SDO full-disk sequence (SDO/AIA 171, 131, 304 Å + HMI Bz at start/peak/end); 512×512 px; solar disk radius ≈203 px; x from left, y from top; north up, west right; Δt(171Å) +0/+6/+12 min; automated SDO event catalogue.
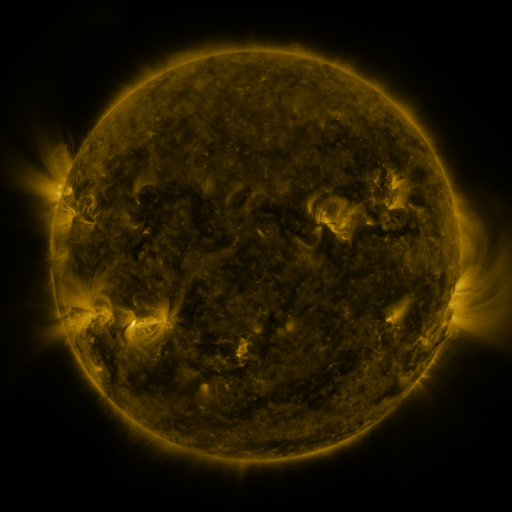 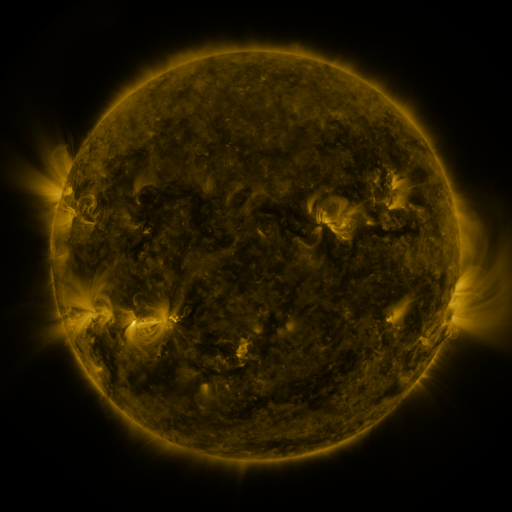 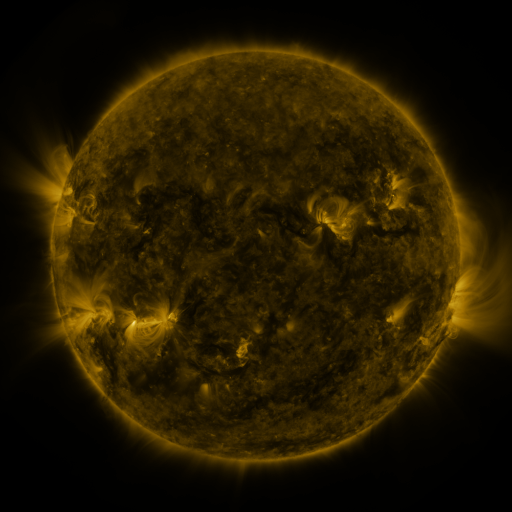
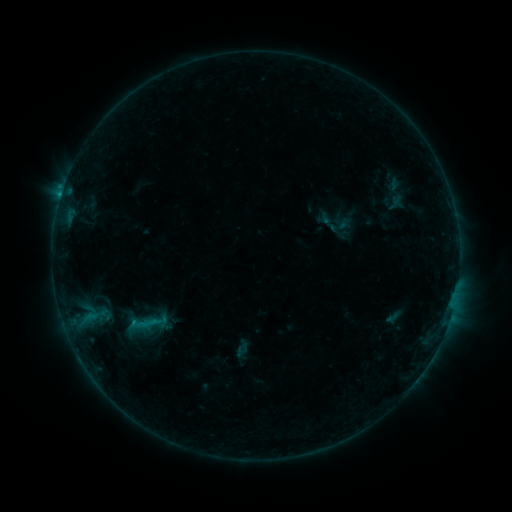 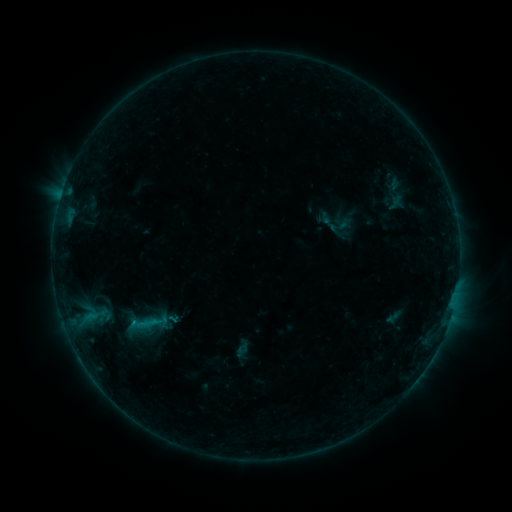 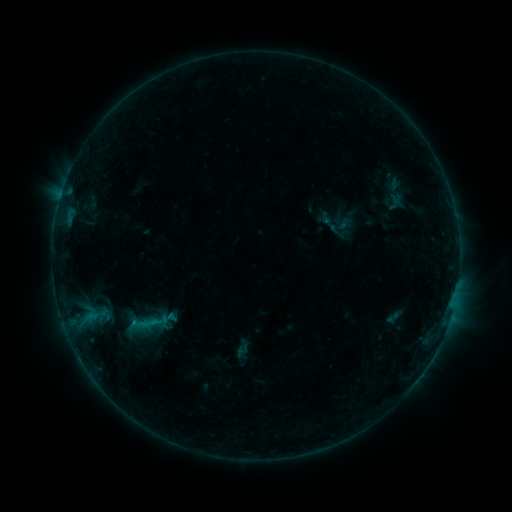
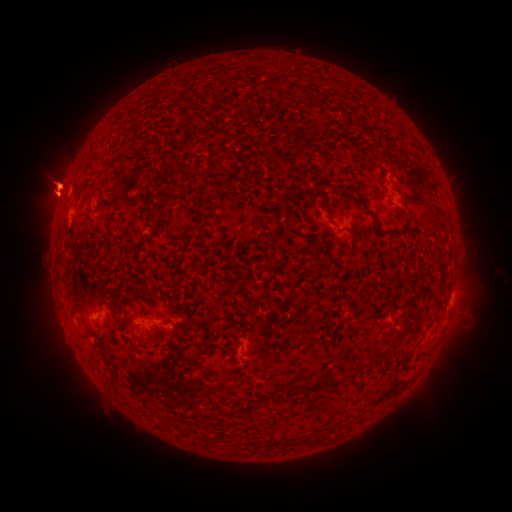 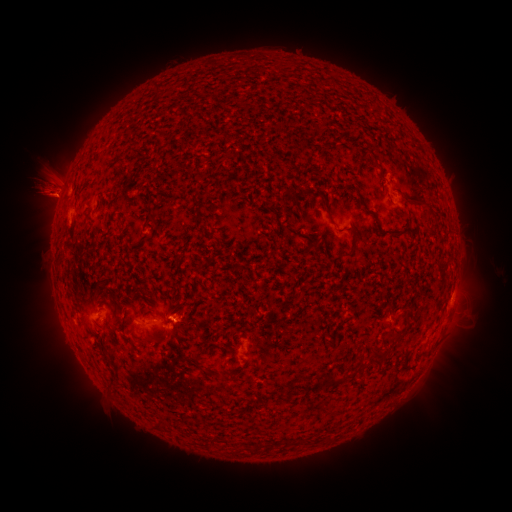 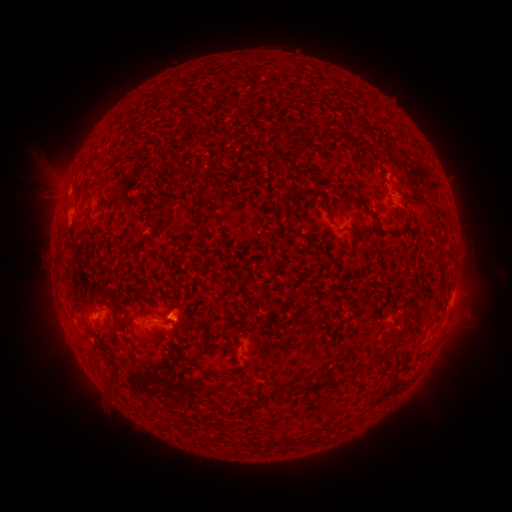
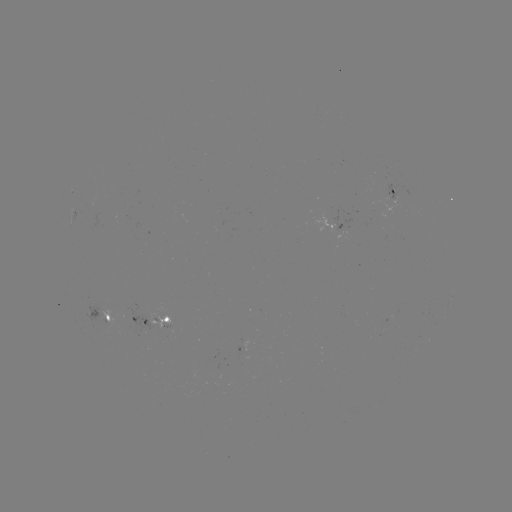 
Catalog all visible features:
eruption: (187, 314)
